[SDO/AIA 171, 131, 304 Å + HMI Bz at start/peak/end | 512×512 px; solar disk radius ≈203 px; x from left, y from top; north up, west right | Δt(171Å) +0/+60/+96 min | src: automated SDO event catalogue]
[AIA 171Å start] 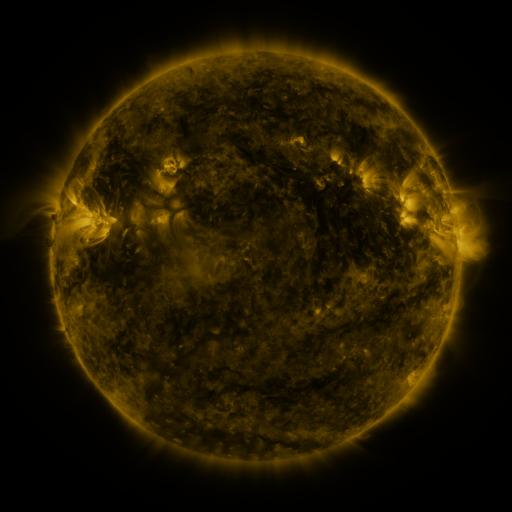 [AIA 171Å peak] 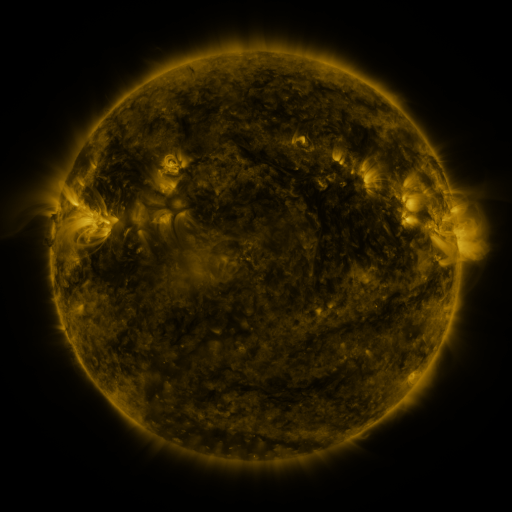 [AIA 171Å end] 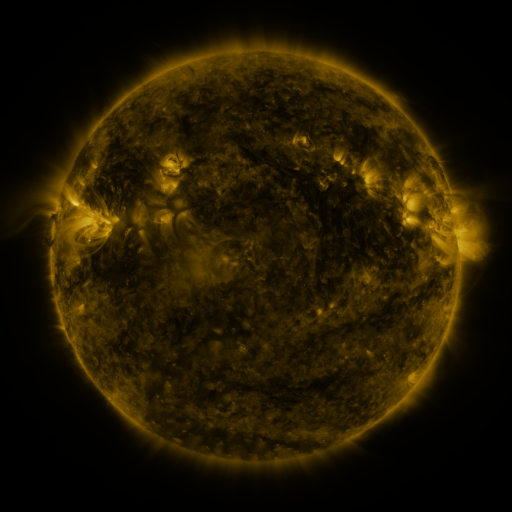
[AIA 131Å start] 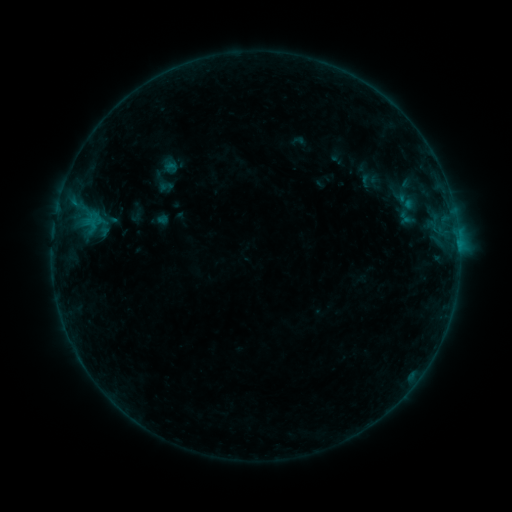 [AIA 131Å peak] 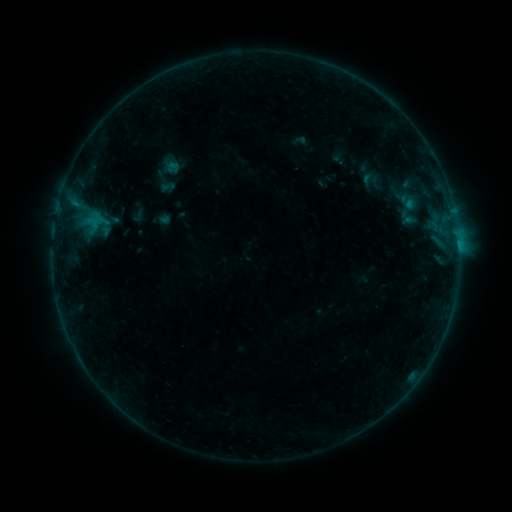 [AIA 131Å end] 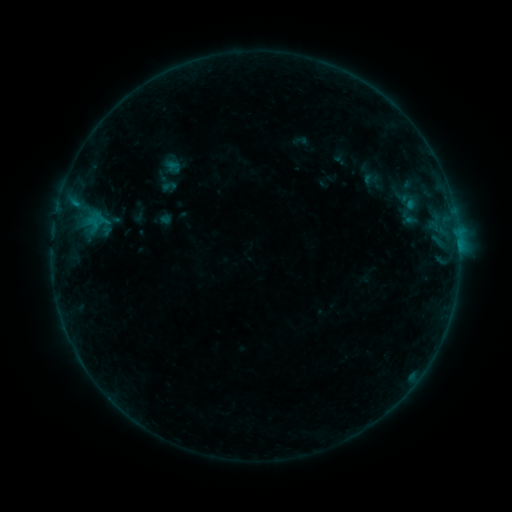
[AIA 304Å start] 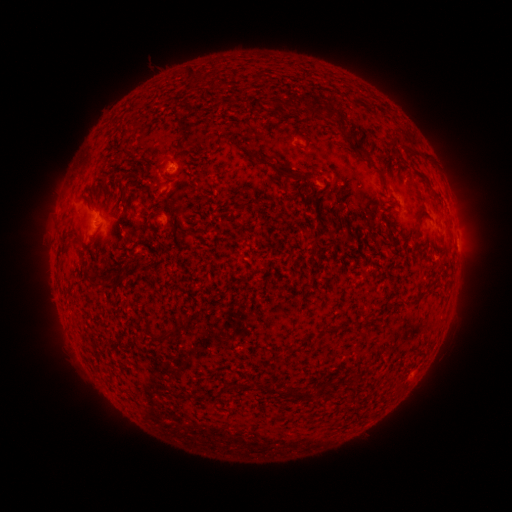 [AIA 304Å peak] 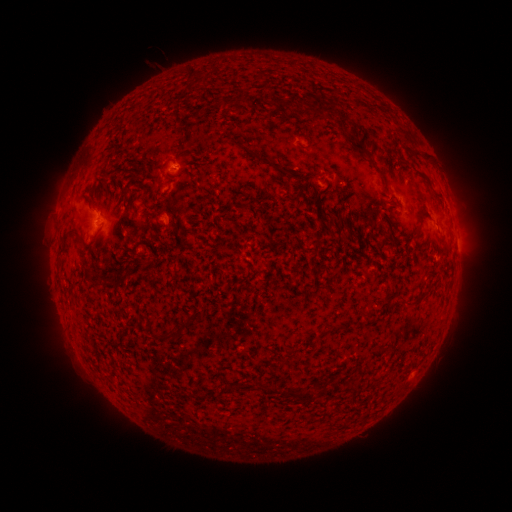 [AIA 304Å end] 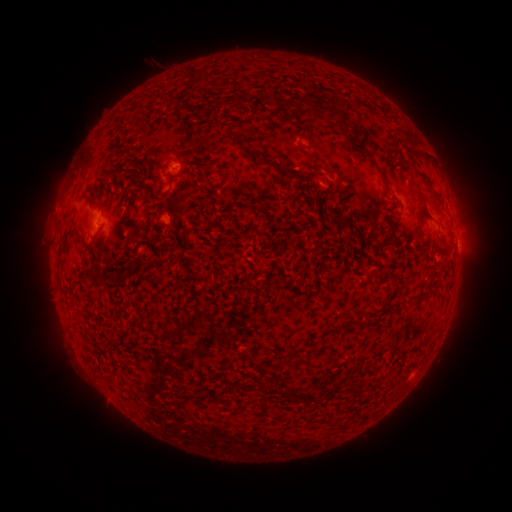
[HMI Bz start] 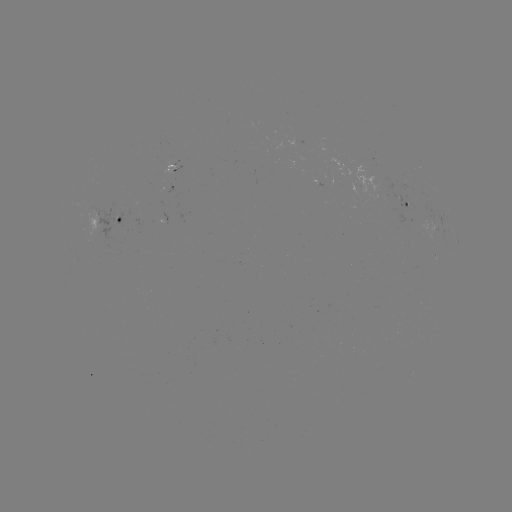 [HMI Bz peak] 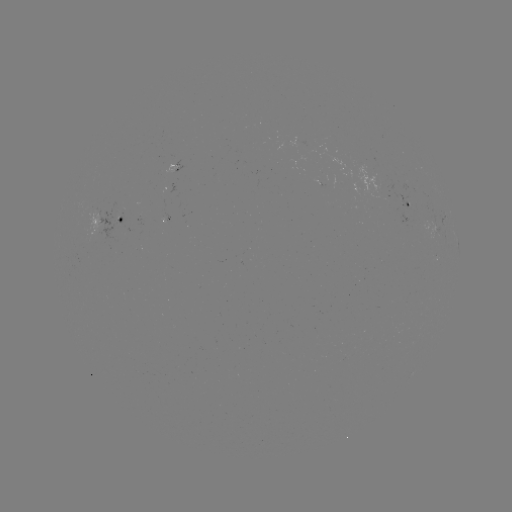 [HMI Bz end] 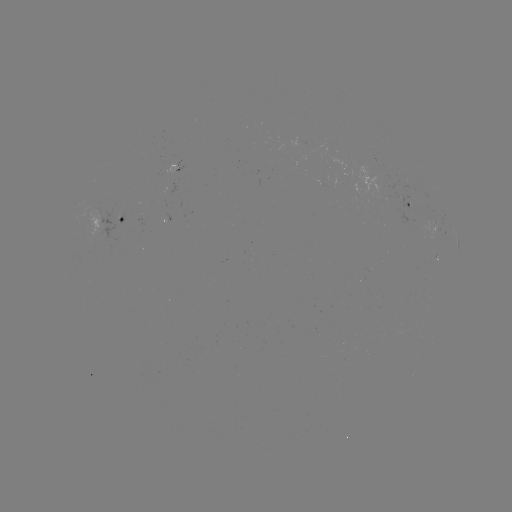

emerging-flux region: [290, 137, 306, 145]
